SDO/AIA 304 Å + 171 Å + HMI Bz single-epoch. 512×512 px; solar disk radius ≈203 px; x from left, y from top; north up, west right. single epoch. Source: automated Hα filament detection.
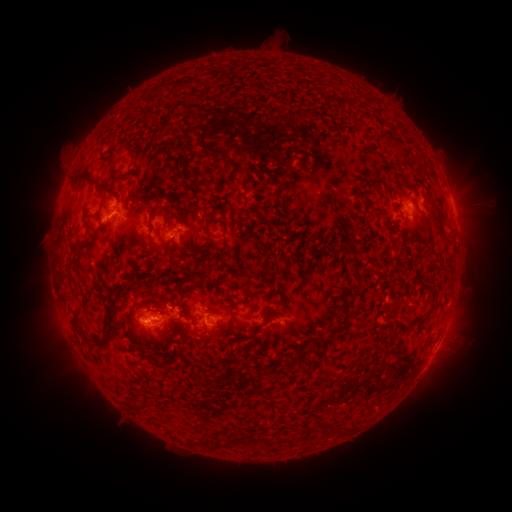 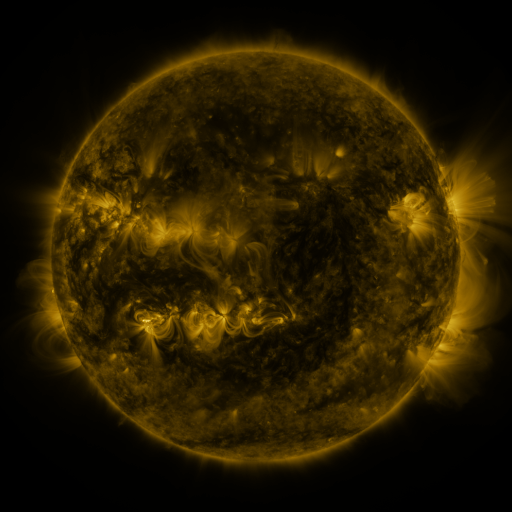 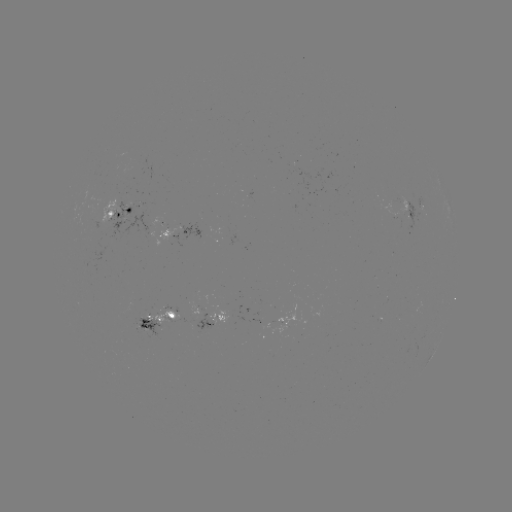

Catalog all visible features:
filament: [180, 80, 195, 89]
filament: [203, 145, 223, 158]
filament: [107, 160, 128, 183]
filament: [223, 161, 233, 169]
filament: [396, 173, 406, 182]
filament: [70, 175, 117, 200]
filament: [374, 176, 392, 193]
filament: [152, 206, 158, 218]
filament: [204, 209, 218, 227]
filament: [82, 213, 105, 231]
filament: [428, 213, 441, 226]
filament: [437, 231, 447, 242]
filament: [165, 237, 175, 249]
filament: [71, 241, 90, 256]
filament: [346, 241, 359, 270]
filament: [143, 249, 154, 257]
filament: [203, 265, 211, 276]
filament: [160, 295, 170, 313]
filament: [328, 305, 357, 332]
filament: [70, 310, 86, 334]
filament: [107, 310, 117, 319]
filament: [267, 312, 278, 322]
filament: [179, 325, 191, 336]
filament: [99, 333, 112, 347]
filament: [311, 337, 320, 349]
filament: [128, 340, 139, 349]
filament: [148, 352, 166, 370]
filament: [164, 352, 182, 373]
filament: [292, 353, 303, 364]
filament: [259, 362, 275, 376]
filament: [336, 423, 347, 434]
filament: [263, 434, 275, 444]
filament: [202, 439, 227, 450]
